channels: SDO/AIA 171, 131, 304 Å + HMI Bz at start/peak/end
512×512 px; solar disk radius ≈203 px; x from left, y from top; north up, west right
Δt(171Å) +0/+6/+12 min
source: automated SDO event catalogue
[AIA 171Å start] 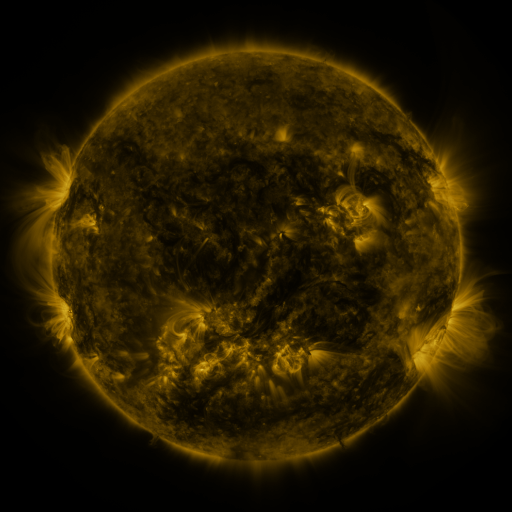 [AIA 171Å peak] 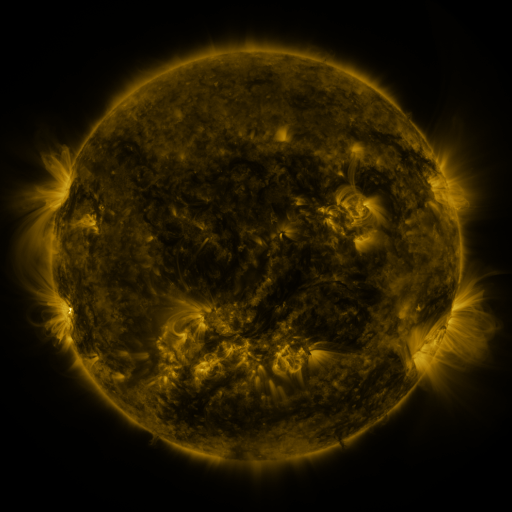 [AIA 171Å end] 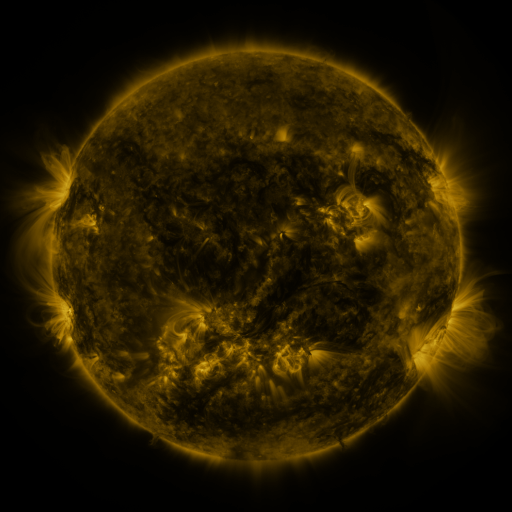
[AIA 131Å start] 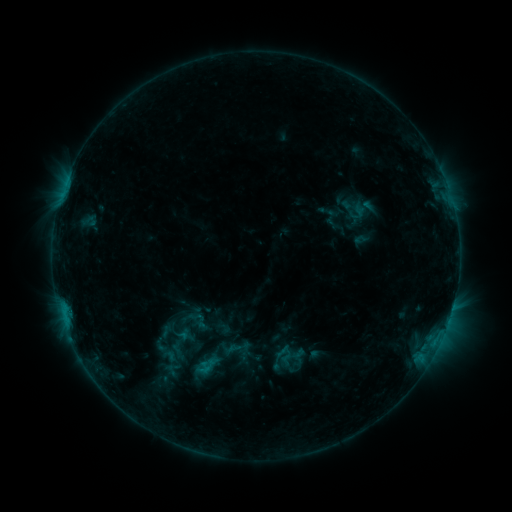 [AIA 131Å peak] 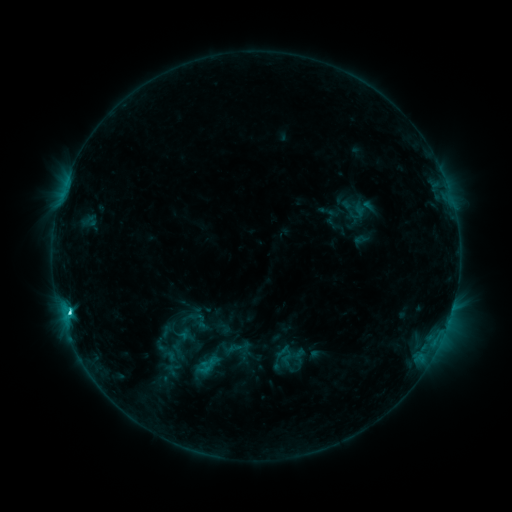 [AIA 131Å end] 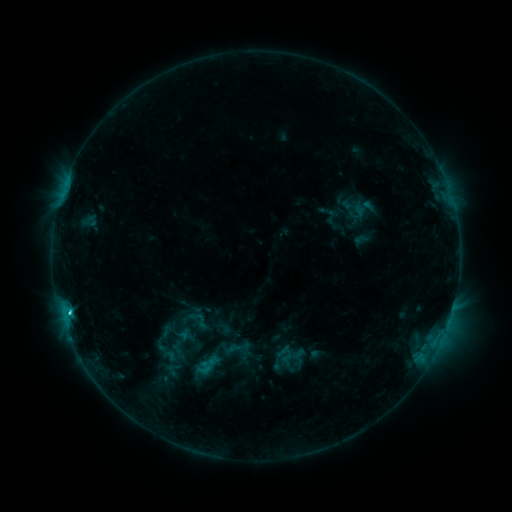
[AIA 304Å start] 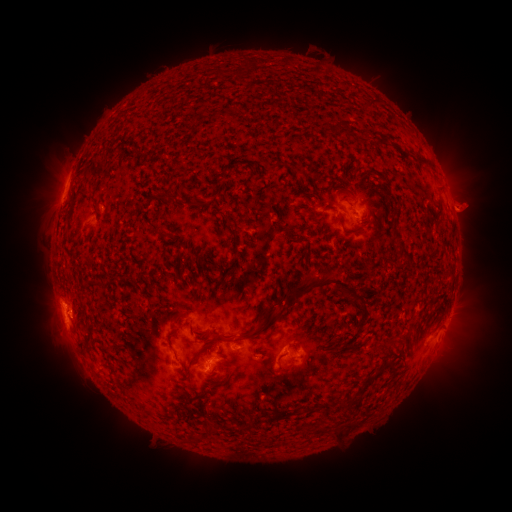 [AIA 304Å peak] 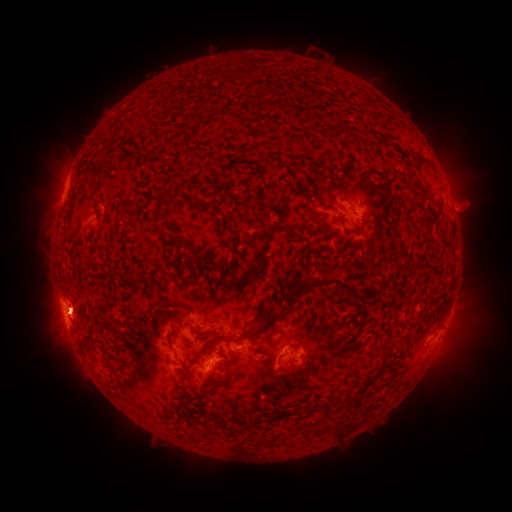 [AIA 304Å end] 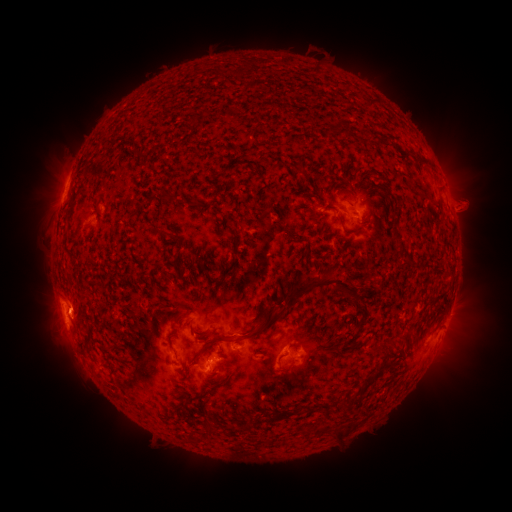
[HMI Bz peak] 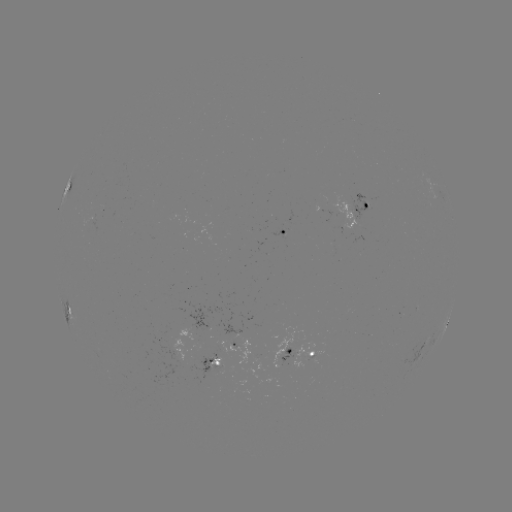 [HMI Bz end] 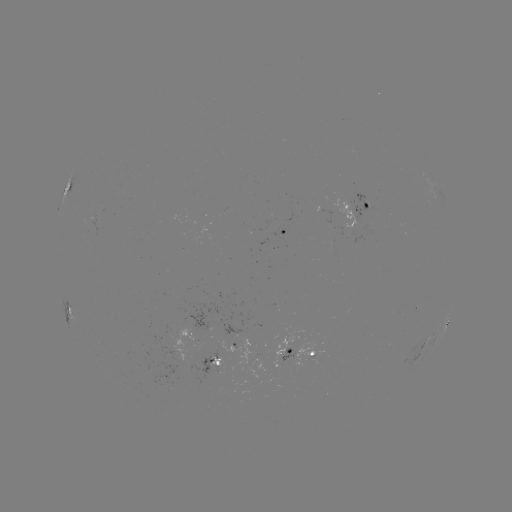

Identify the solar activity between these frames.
C2.2 flare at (59, 308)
